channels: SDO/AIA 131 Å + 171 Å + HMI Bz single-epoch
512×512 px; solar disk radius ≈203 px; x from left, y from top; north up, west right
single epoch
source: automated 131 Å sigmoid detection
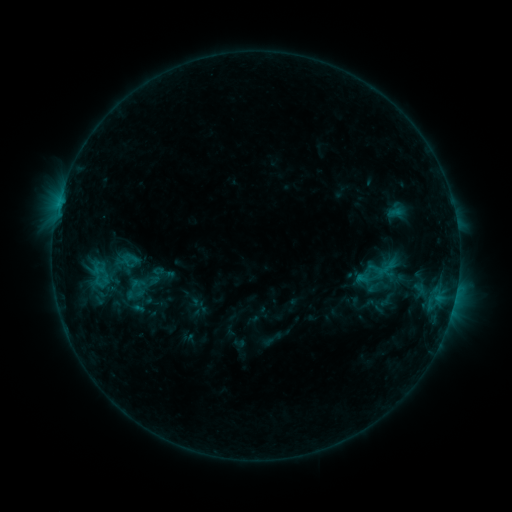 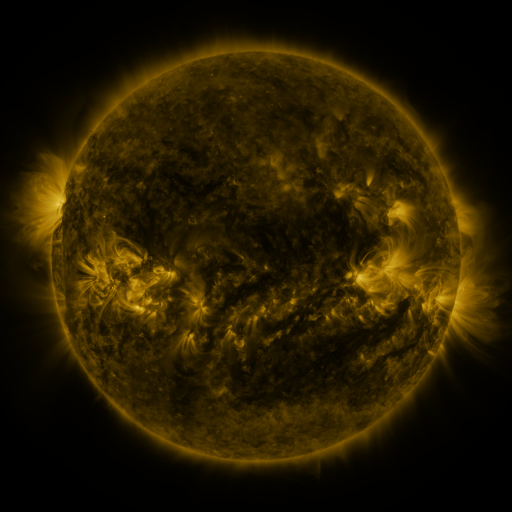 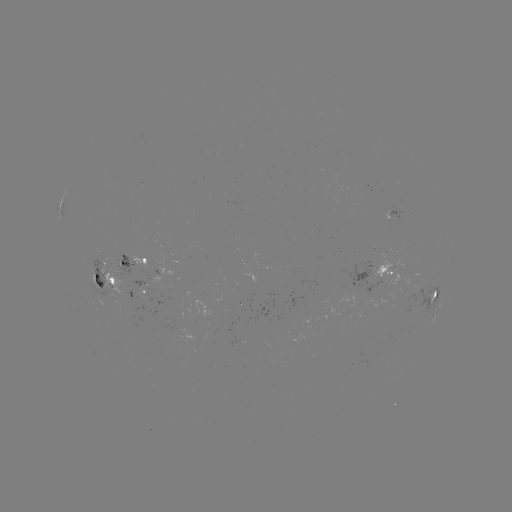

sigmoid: <bbox>122, 285, 147, 304</bbox>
